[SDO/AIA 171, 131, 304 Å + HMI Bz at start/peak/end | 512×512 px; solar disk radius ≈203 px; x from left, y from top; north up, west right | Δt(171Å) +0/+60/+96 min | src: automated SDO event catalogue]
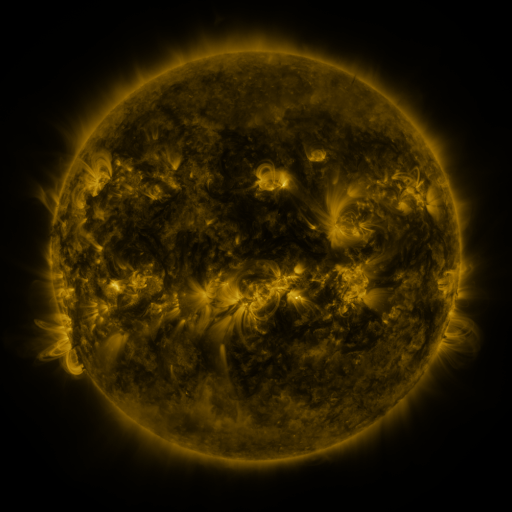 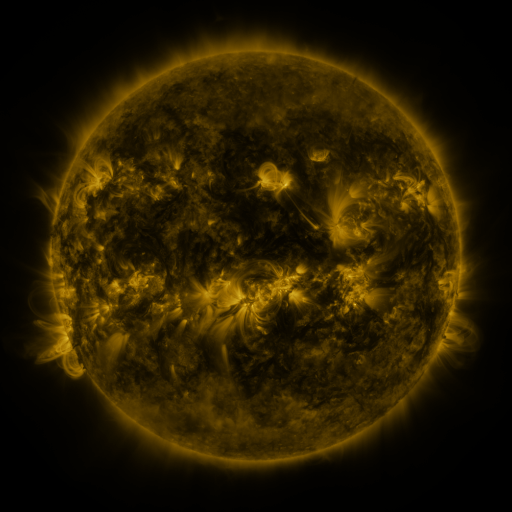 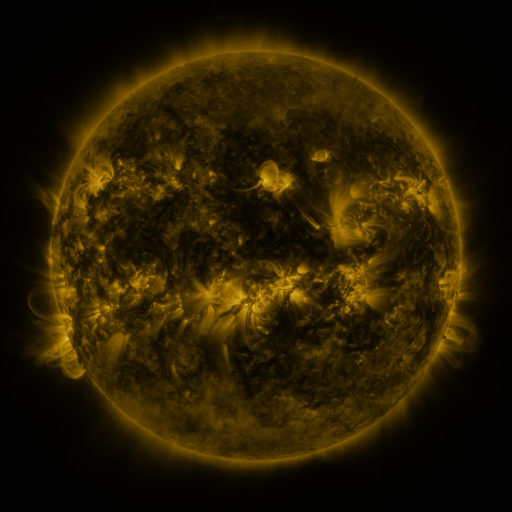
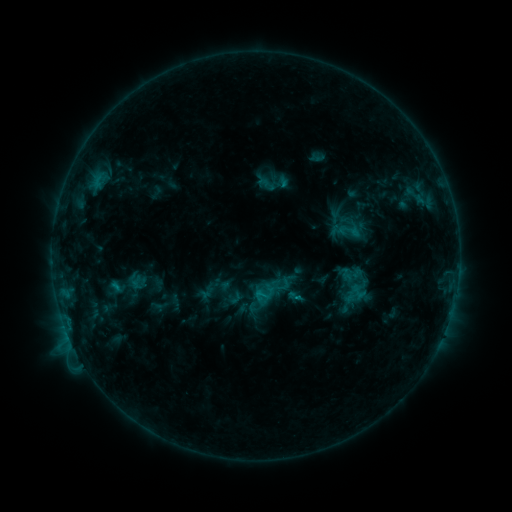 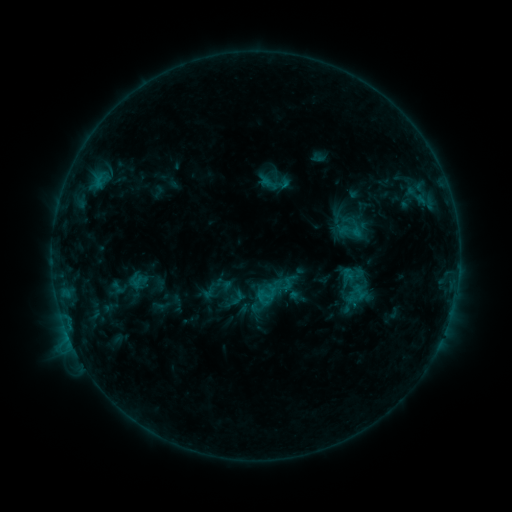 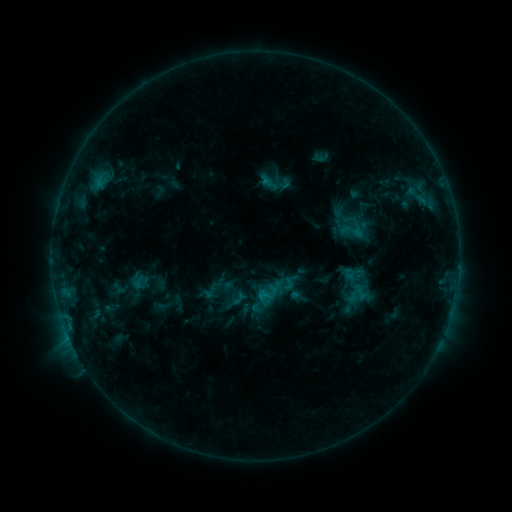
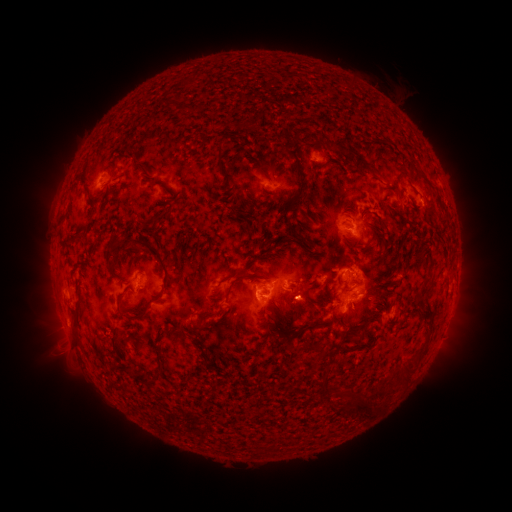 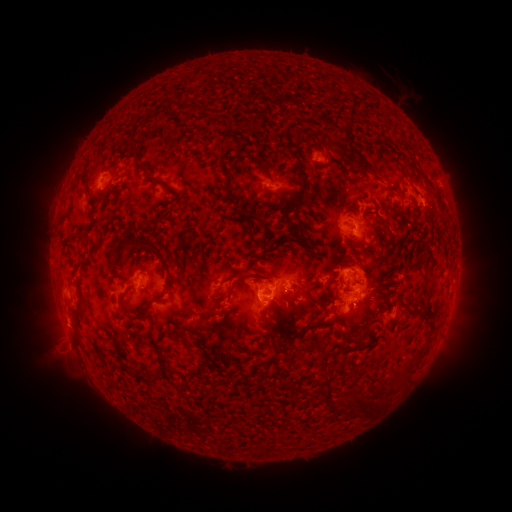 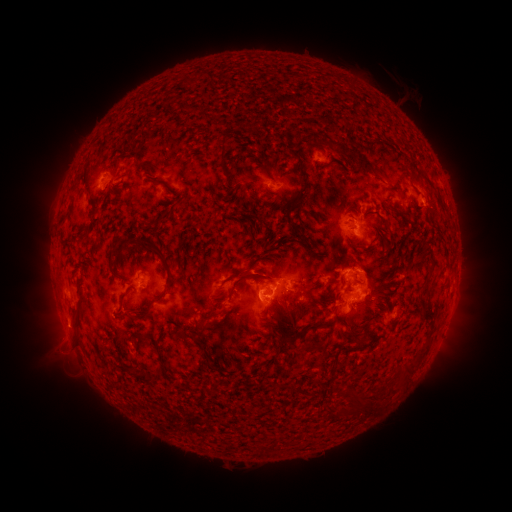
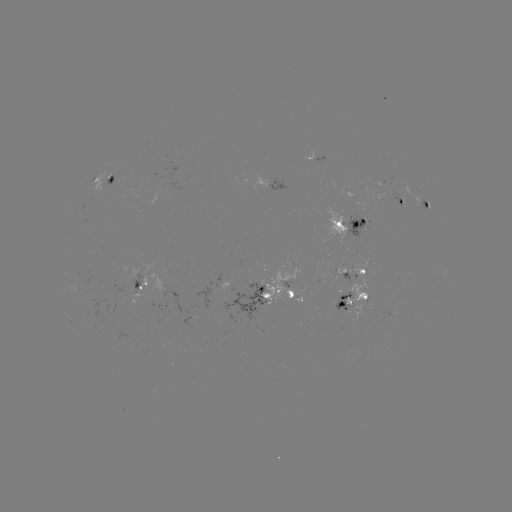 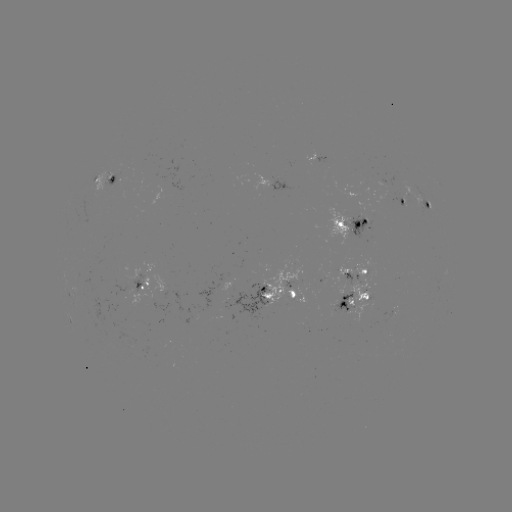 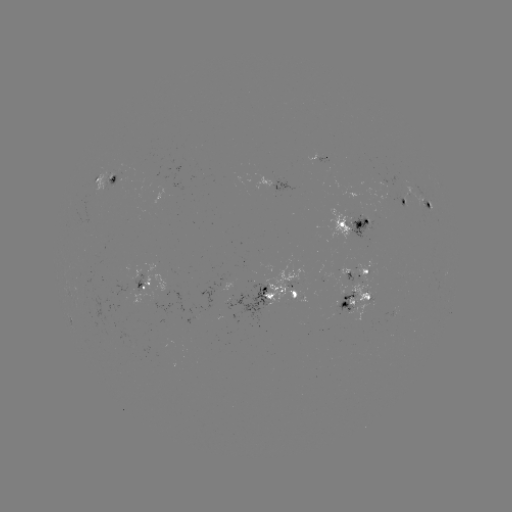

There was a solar emerging-flux region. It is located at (362, 214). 